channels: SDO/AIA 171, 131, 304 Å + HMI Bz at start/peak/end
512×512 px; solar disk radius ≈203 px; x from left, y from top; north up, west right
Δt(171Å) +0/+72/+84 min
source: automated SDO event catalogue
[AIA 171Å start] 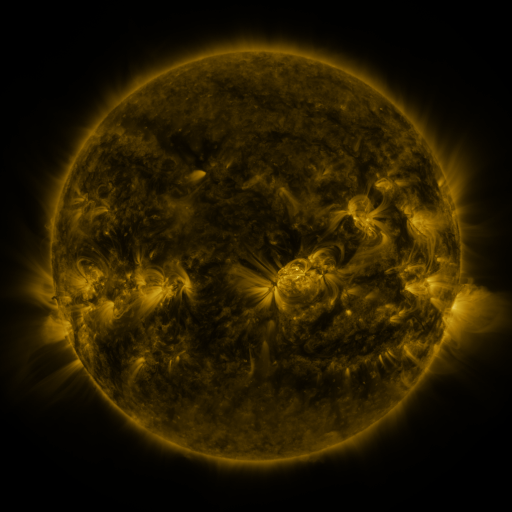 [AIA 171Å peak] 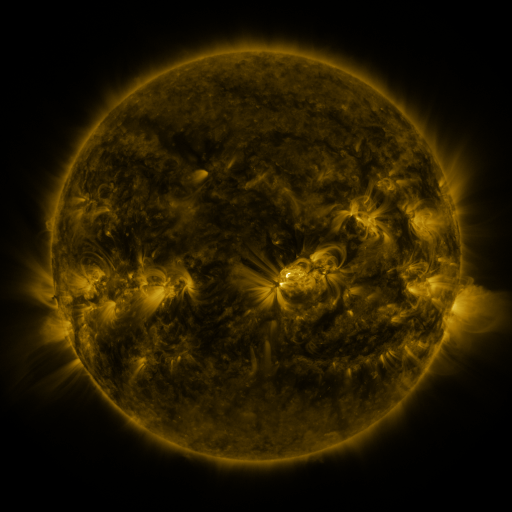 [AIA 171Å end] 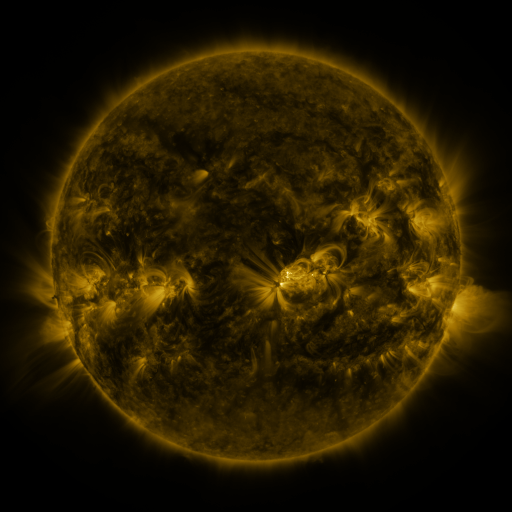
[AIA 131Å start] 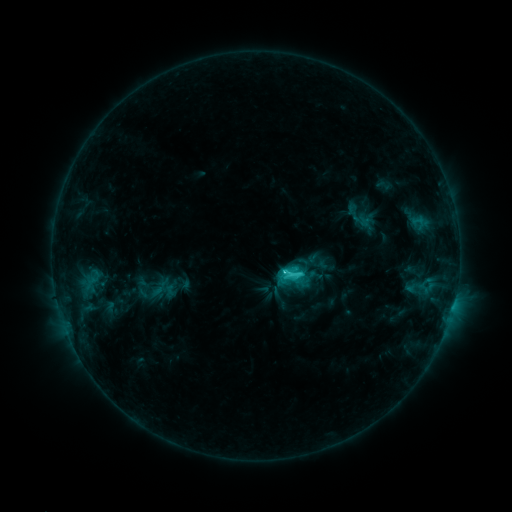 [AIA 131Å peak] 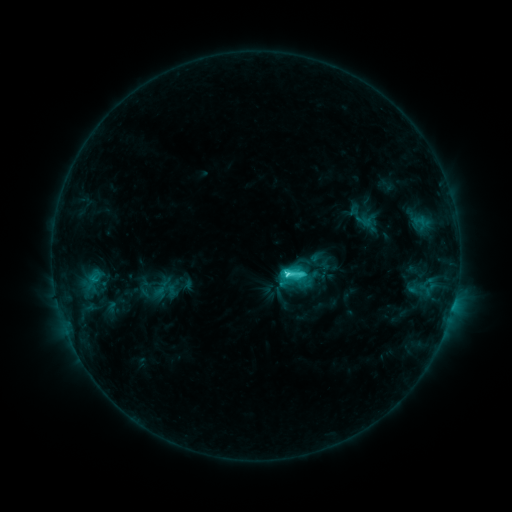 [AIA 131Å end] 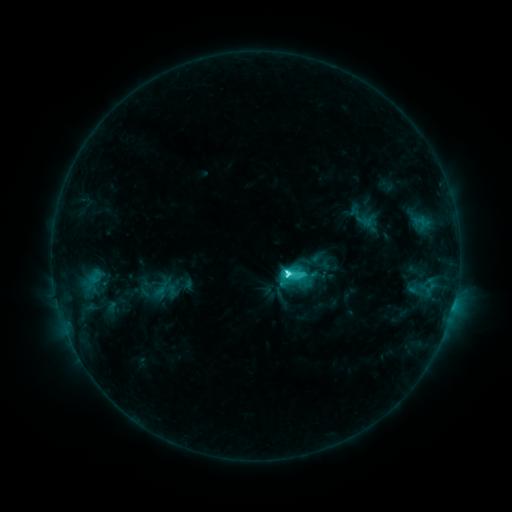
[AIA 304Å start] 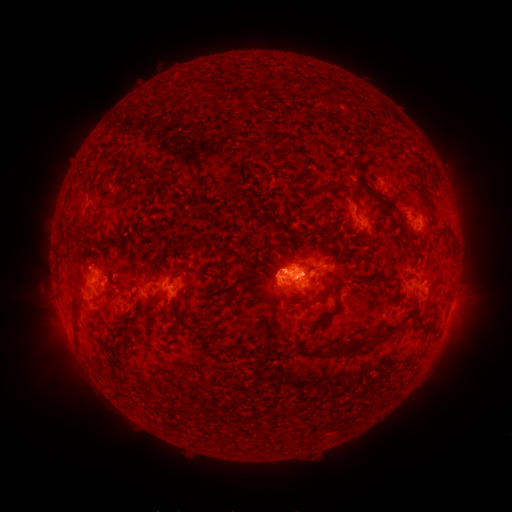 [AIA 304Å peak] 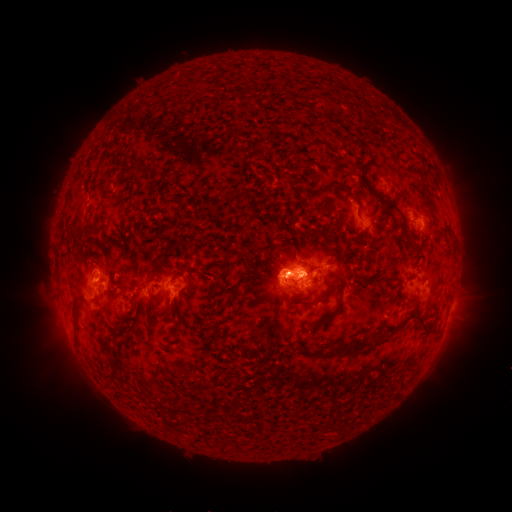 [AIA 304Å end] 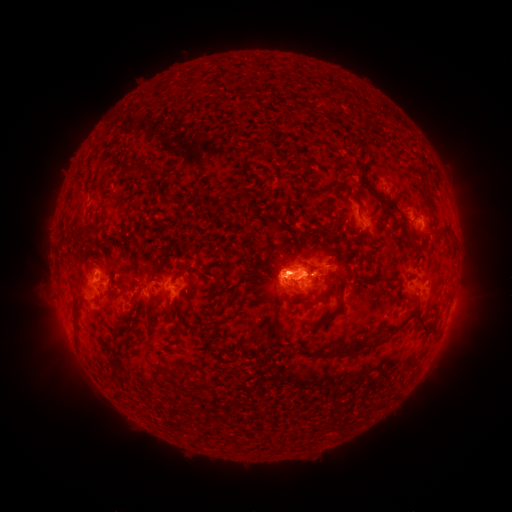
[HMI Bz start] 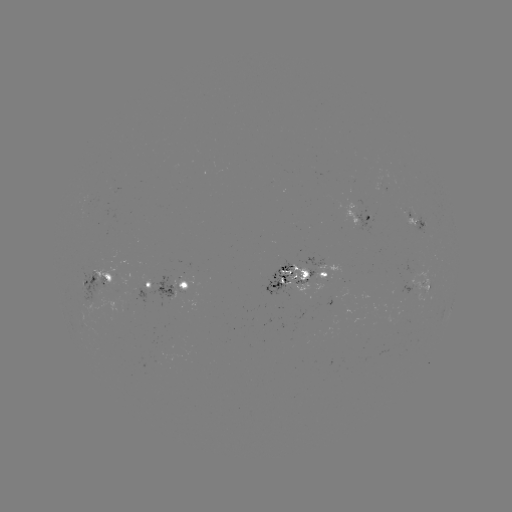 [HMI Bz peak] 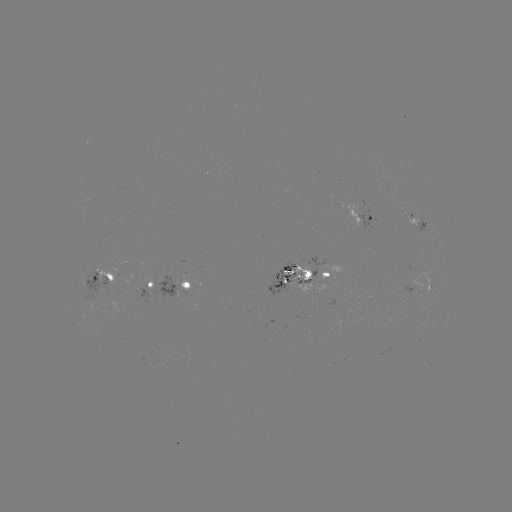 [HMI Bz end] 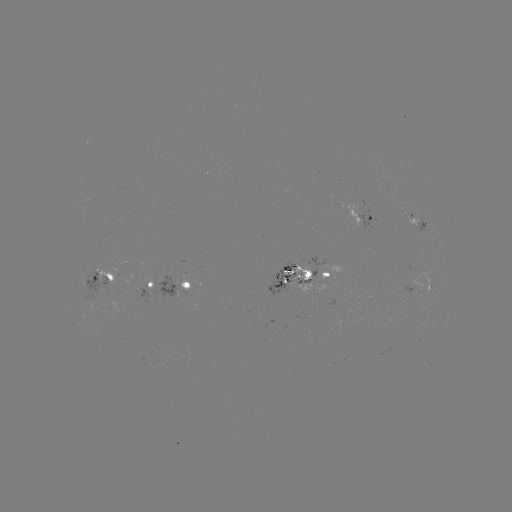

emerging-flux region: (301, 297, 312, 318)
